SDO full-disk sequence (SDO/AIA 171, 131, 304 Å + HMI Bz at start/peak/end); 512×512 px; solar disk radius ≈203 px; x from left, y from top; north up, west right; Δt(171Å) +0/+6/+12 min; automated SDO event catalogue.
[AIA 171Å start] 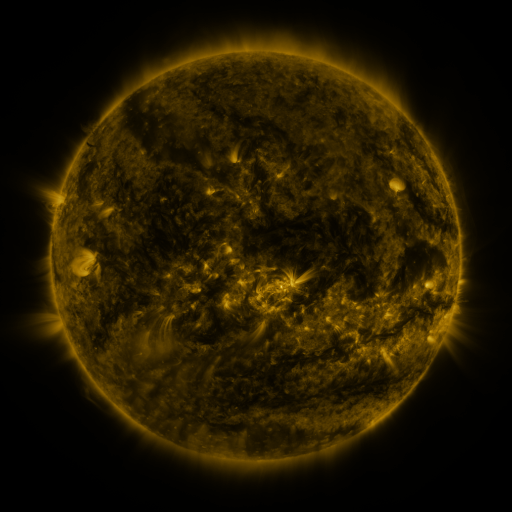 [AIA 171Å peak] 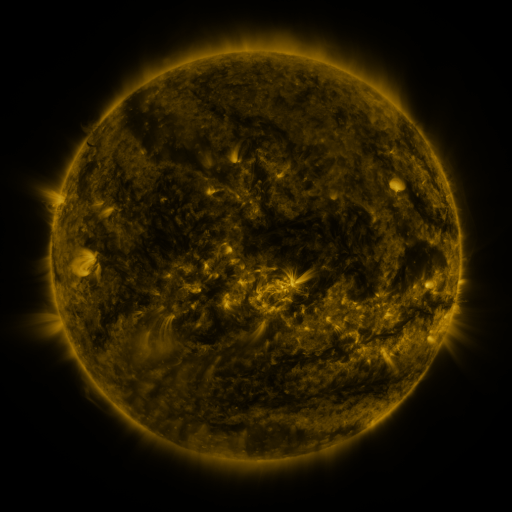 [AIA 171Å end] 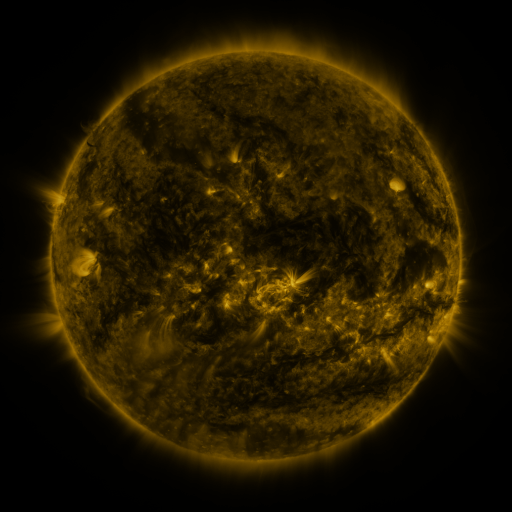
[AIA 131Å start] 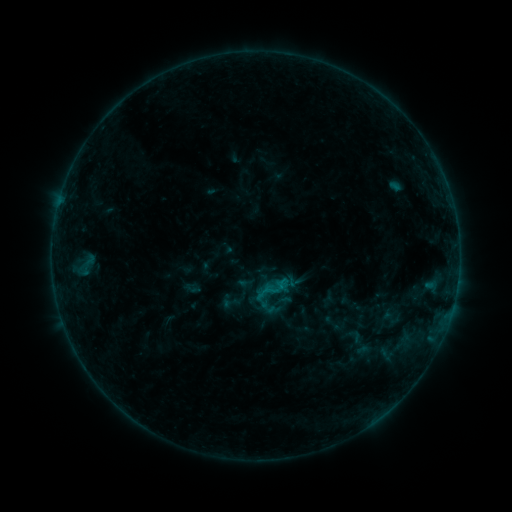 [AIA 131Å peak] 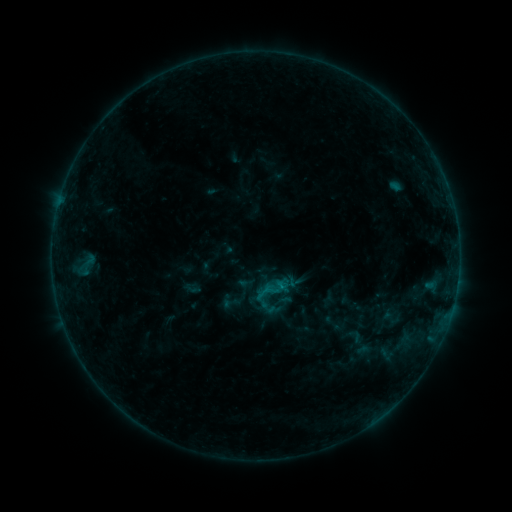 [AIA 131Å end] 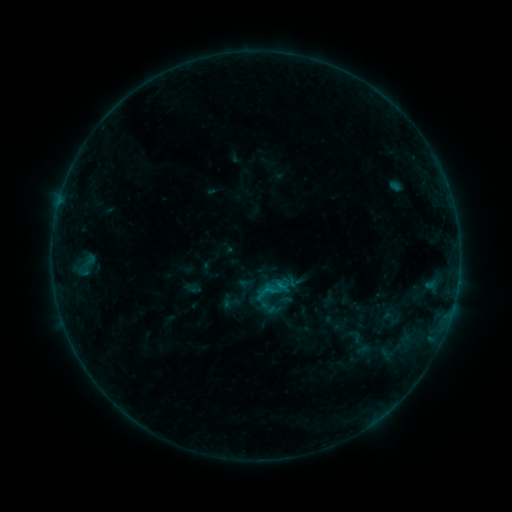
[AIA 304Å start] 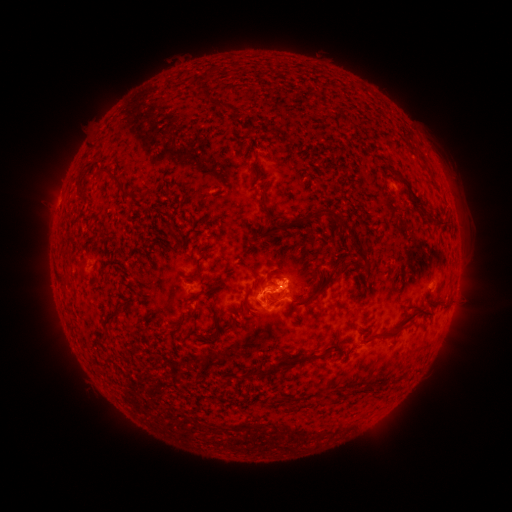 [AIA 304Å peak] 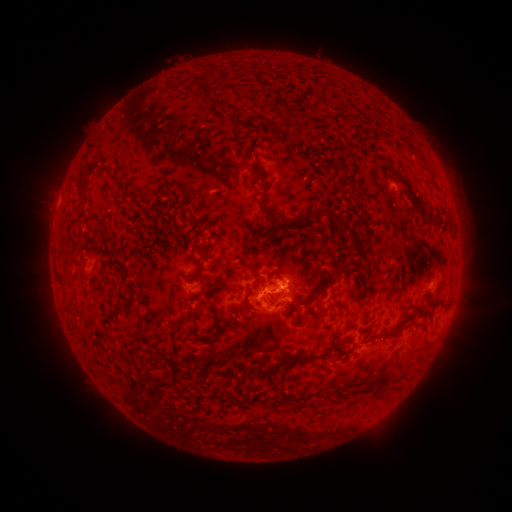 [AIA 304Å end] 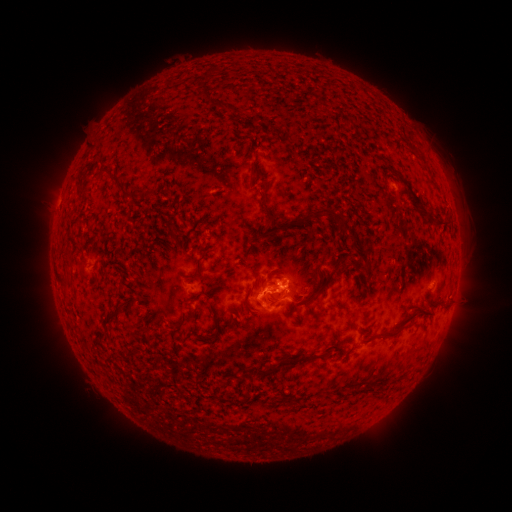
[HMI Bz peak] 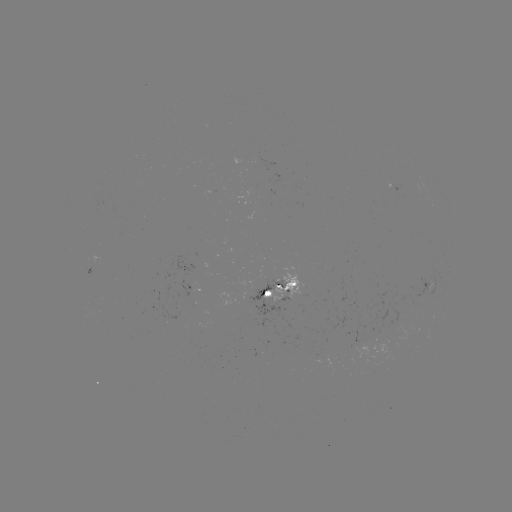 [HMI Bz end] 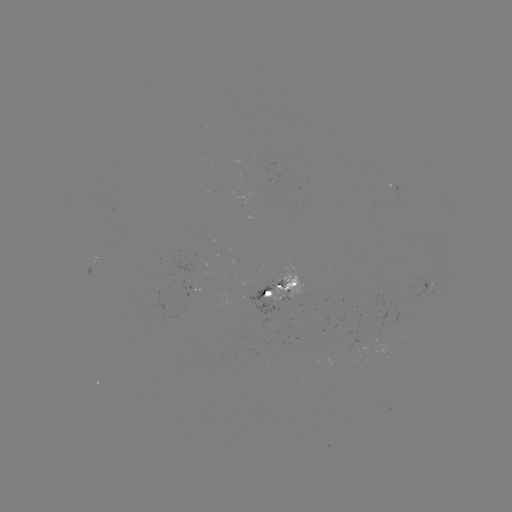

no catalogued flare and no flagged EUV brightening in this window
